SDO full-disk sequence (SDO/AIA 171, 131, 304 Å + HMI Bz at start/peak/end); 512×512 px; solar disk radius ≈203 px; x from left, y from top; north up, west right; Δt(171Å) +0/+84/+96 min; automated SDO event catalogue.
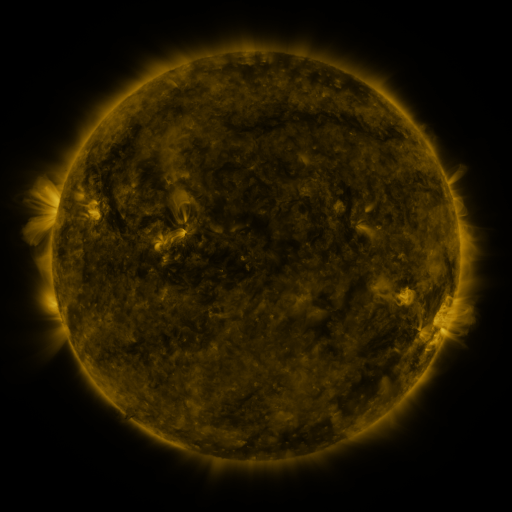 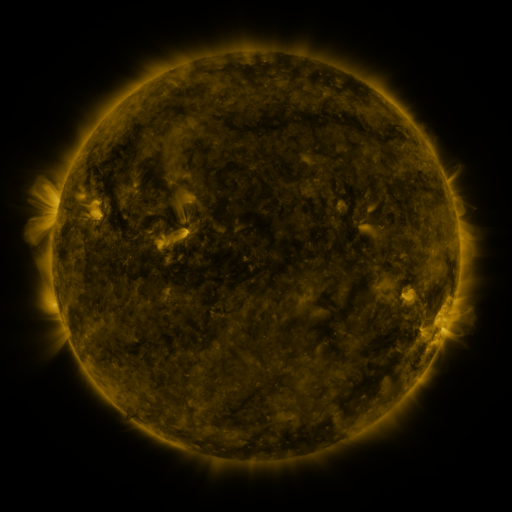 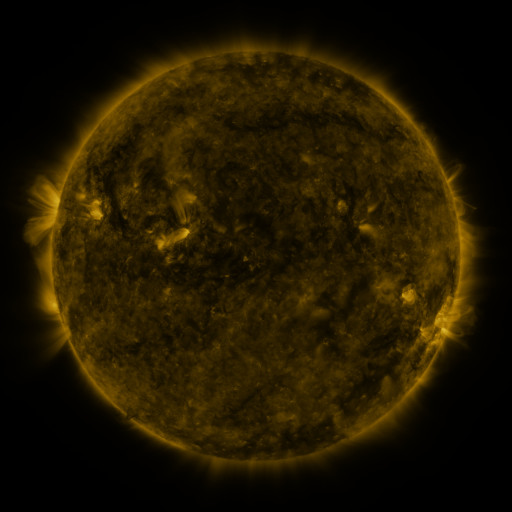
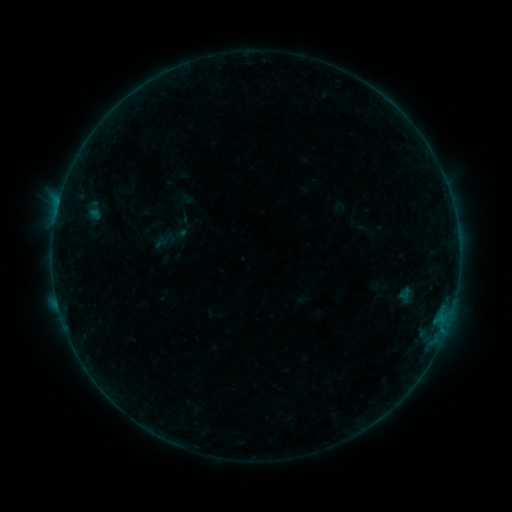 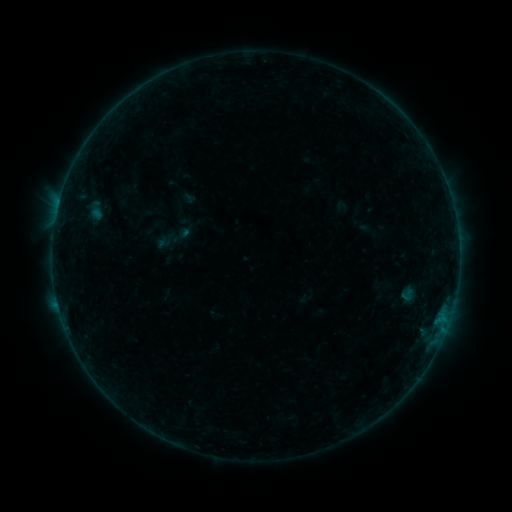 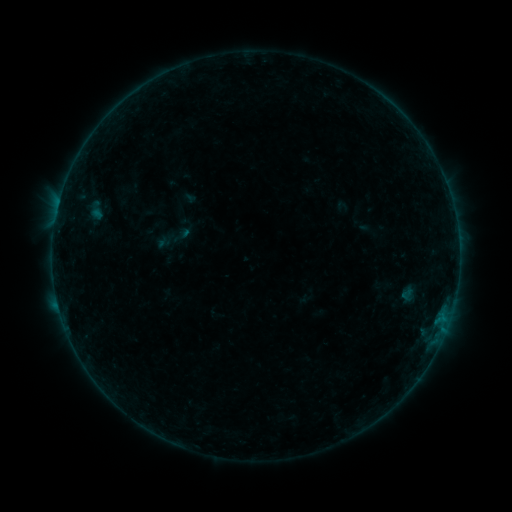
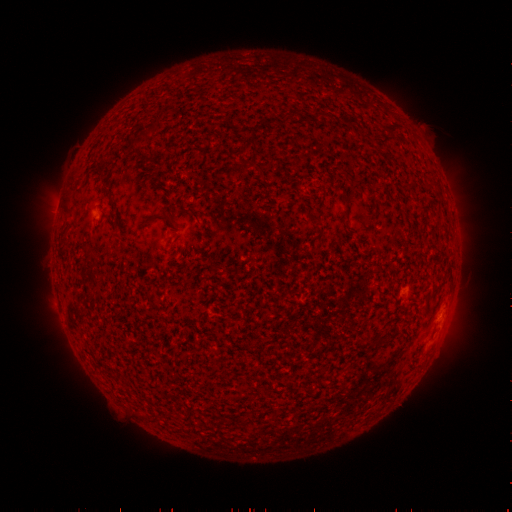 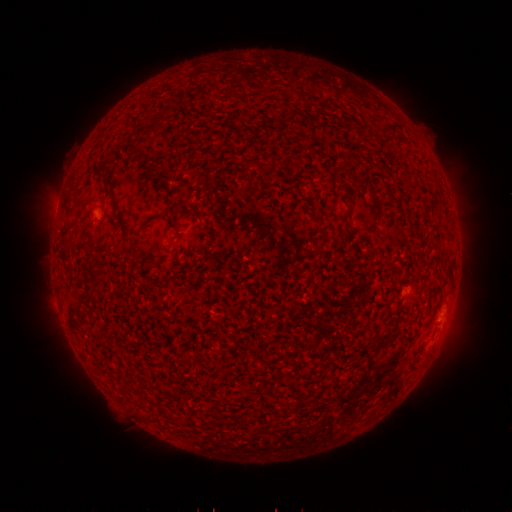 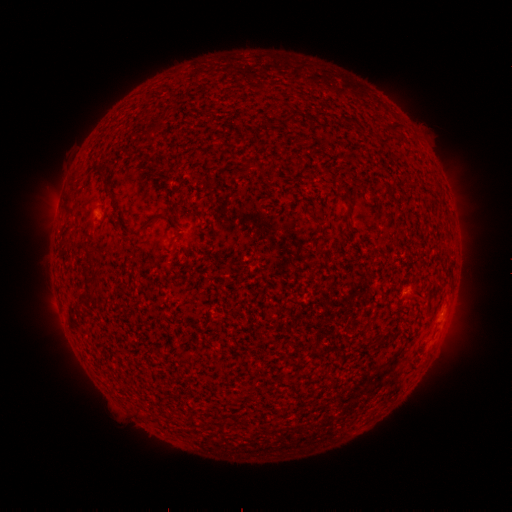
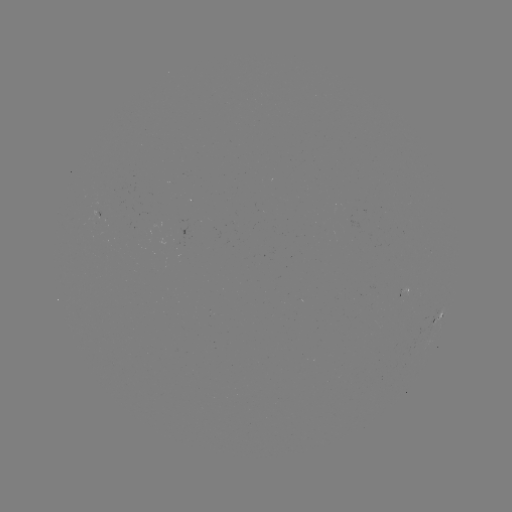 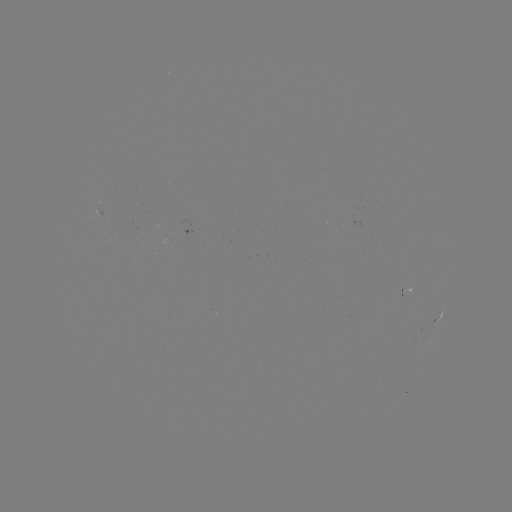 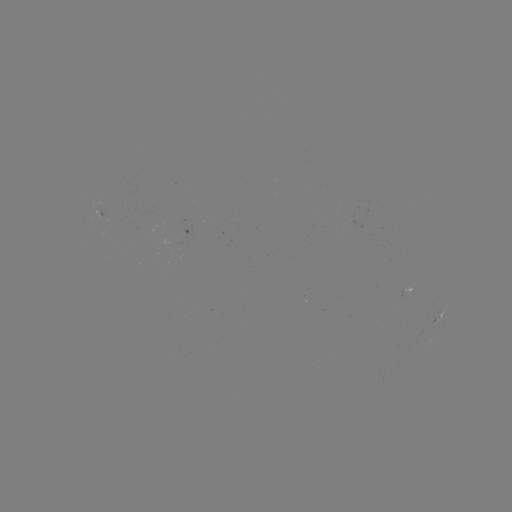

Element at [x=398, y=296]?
emerging-flux region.